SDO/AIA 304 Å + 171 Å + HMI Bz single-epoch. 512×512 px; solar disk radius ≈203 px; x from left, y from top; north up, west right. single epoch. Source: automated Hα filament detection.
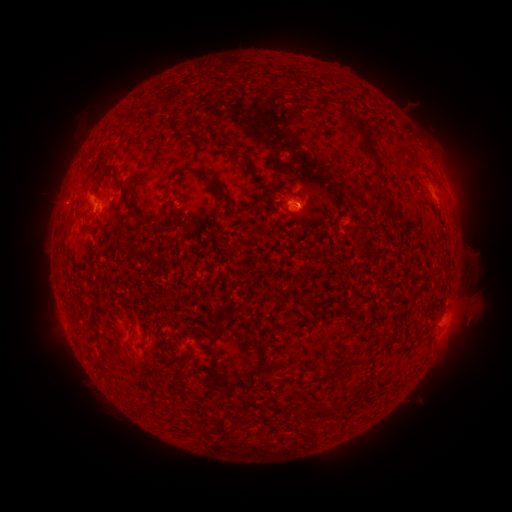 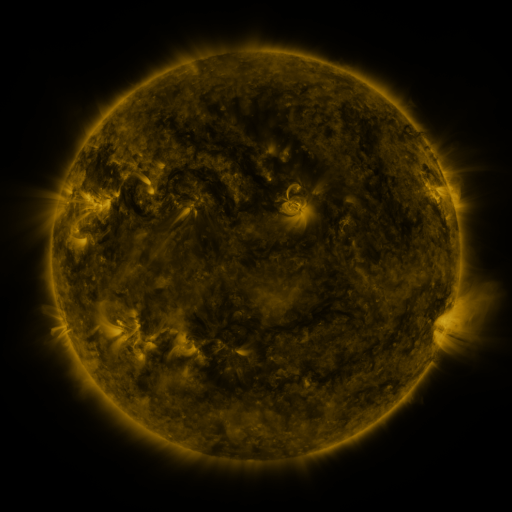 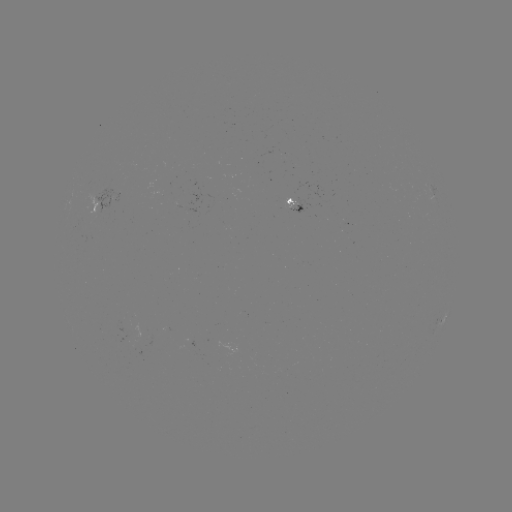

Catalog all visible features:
filament: (333, 86)
filament: (367, 144)
filament: (239, 156)
filament: (428, 176)
filament: (207, 179)
filament: (117, 182)
filament: (142, 221)
filament: (65, 226)
filament: (90, 230)
filament: (439, 291)
filament: (341, 305)
filament: (236, 309)
filament: (146, 335)
filament: (215, 336)
filament: (182, 357)
filament: (212, 361)
filament: (358, 361)
